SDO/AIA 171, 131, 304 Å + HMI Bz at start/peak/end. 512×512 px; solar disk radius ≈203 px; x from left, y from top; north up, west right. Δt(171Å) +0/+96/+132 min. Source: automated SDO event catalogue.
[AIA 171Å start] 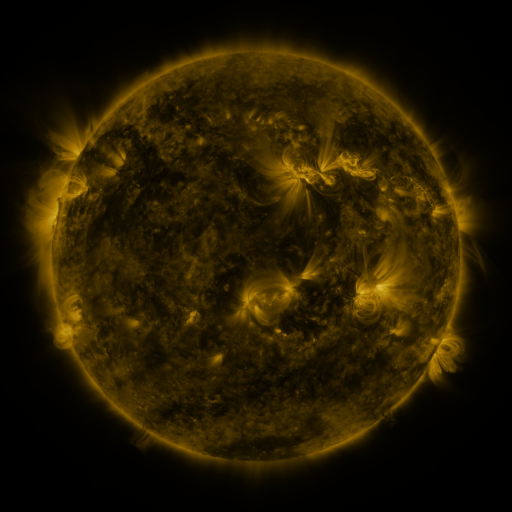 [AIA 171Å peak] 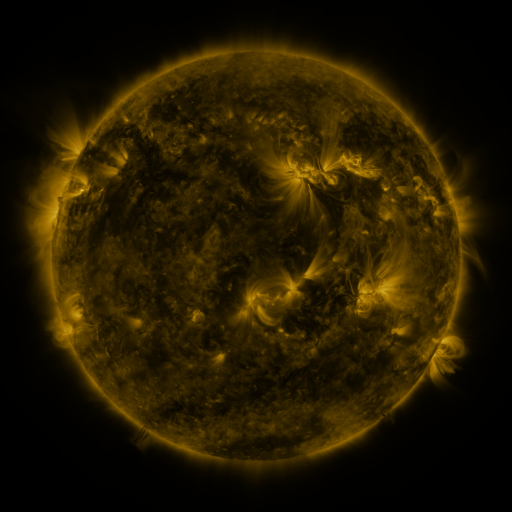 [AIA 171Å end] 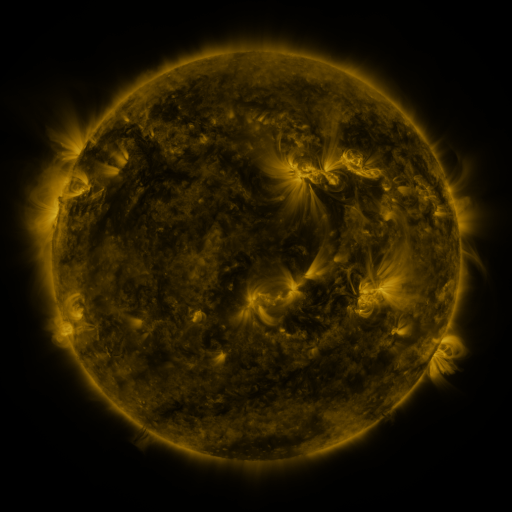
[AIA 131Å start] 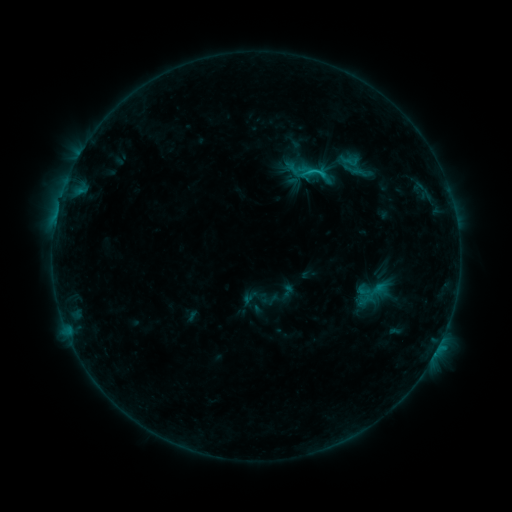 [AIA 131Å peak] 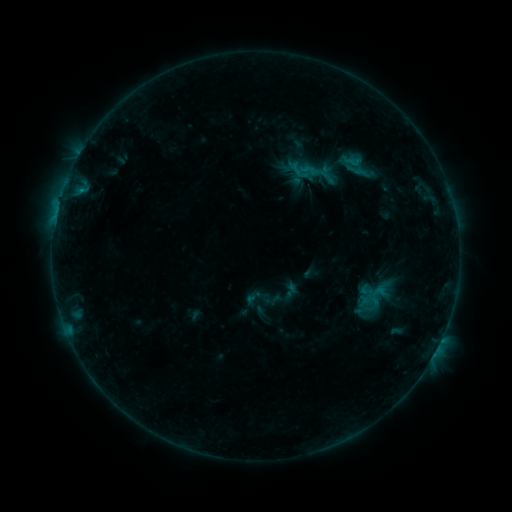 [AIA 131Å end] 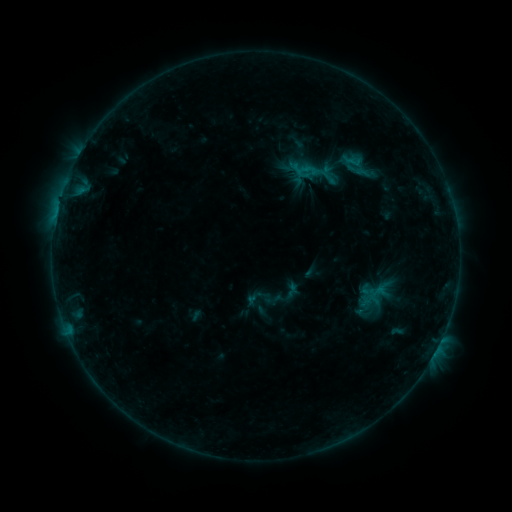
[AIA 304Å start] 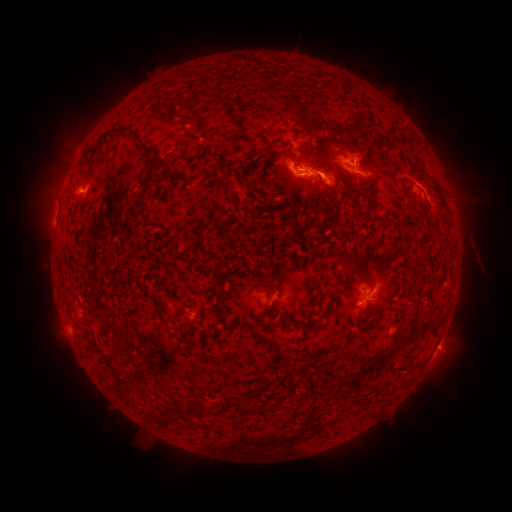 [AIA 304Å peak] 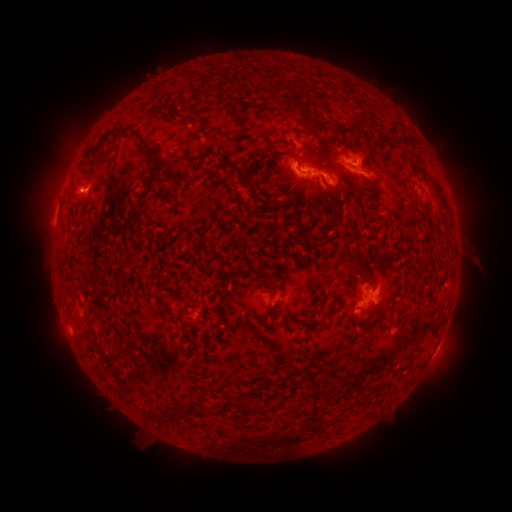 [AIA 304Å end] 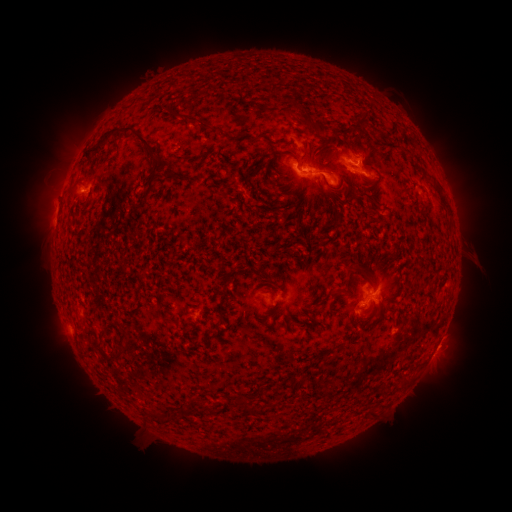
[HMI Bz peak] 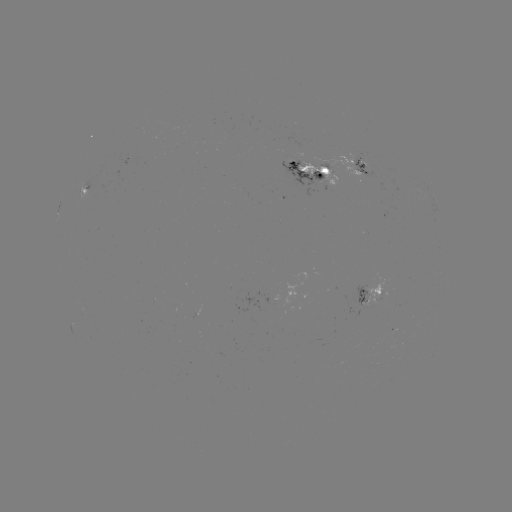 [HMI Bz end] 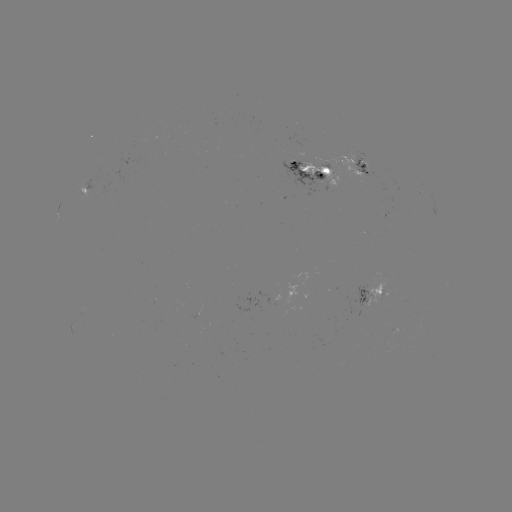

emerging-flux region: (172, 302, 195, 320)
